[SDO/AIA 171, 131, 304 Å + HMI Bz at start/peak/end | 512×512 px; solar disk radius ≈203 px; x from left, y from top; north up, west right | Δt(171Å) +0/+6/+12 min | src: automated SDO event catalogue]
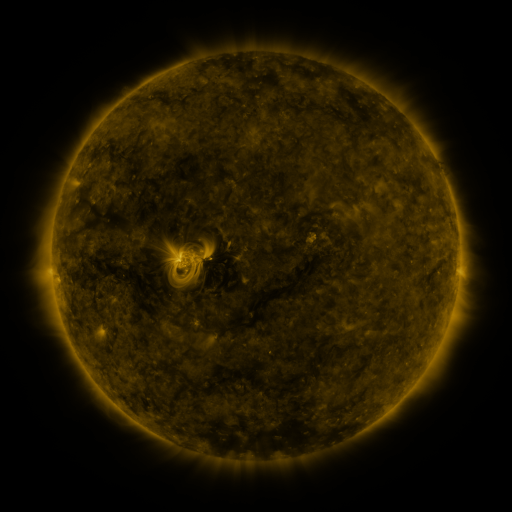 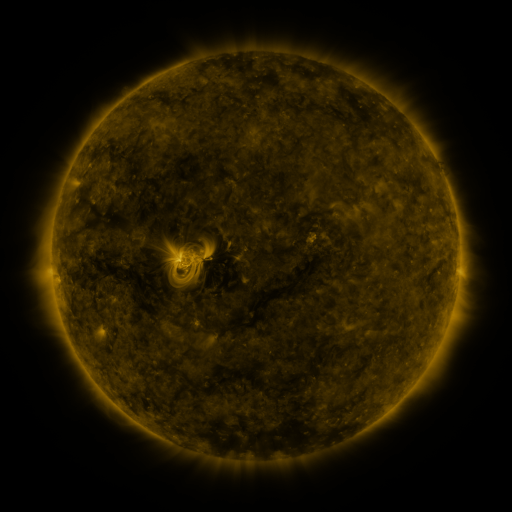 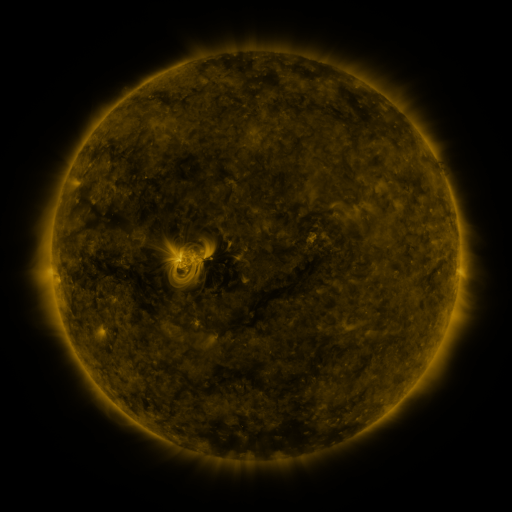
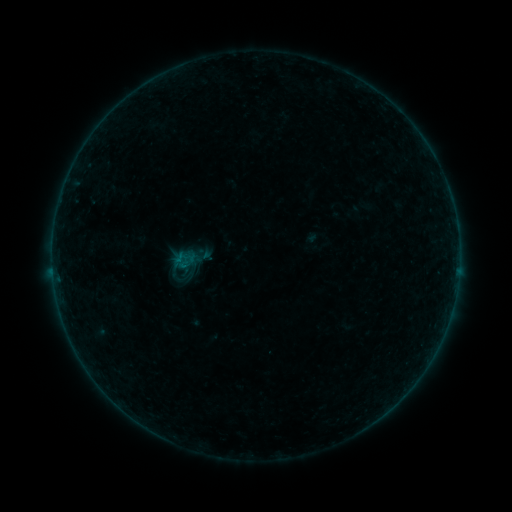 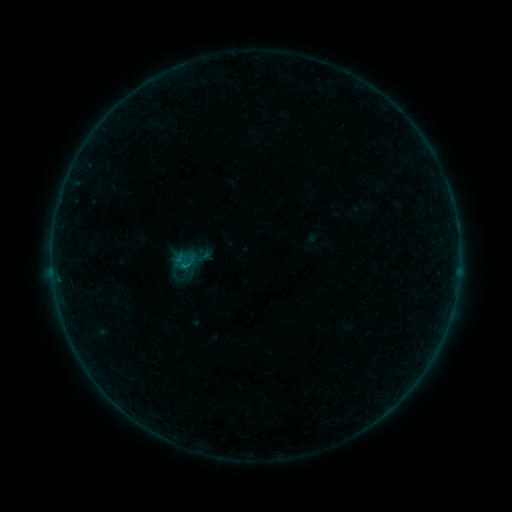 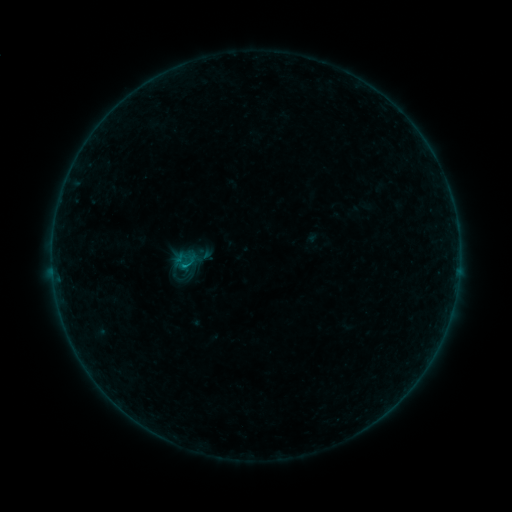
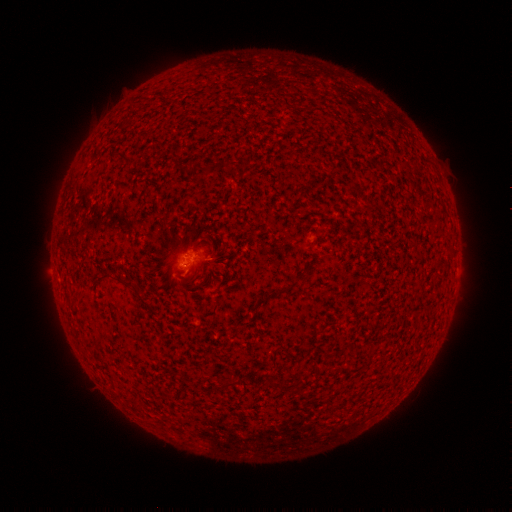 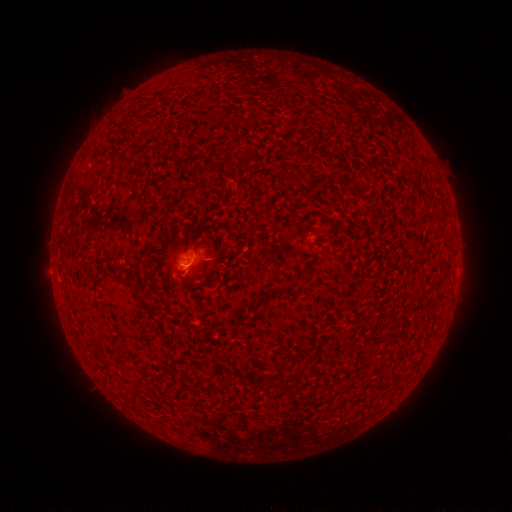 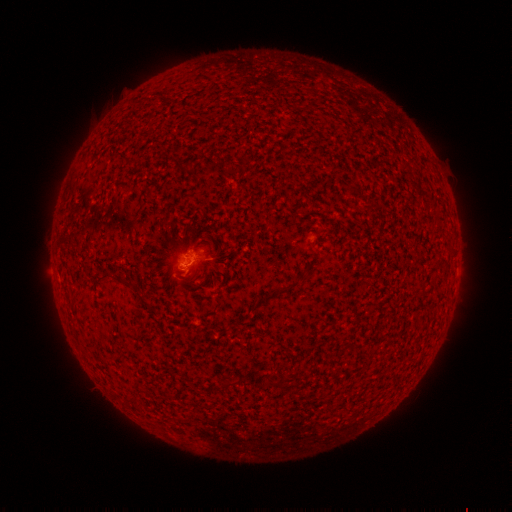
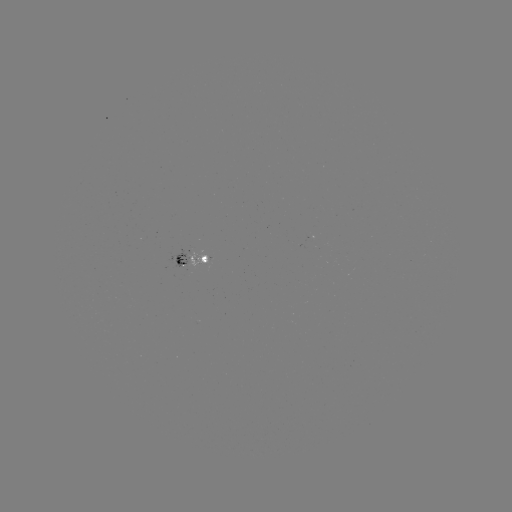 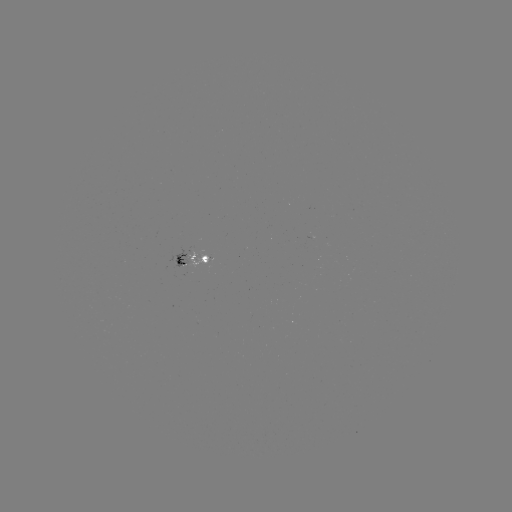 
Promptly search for B3.2 flare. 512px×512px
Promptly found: (187, 266).